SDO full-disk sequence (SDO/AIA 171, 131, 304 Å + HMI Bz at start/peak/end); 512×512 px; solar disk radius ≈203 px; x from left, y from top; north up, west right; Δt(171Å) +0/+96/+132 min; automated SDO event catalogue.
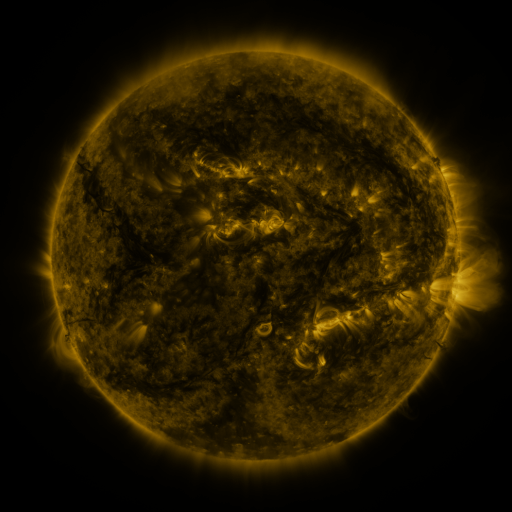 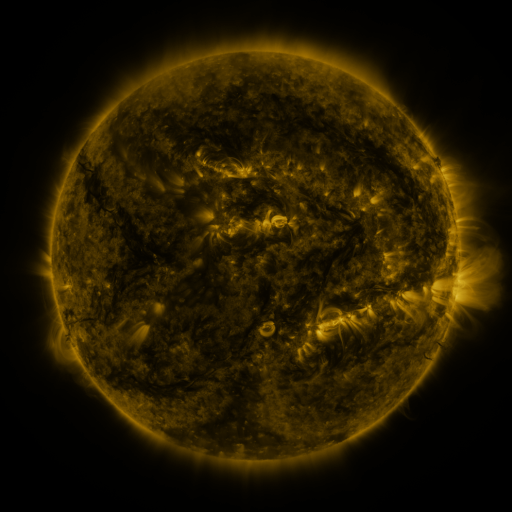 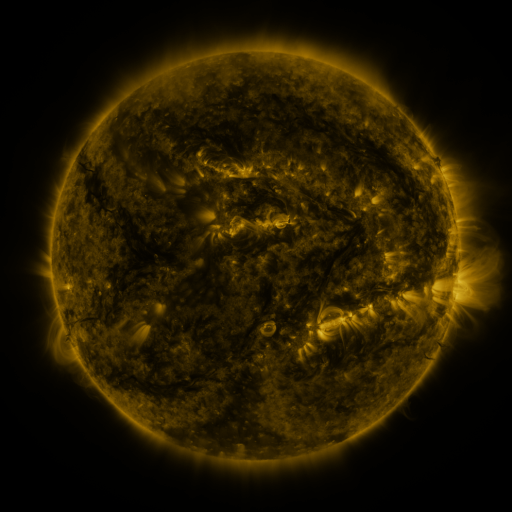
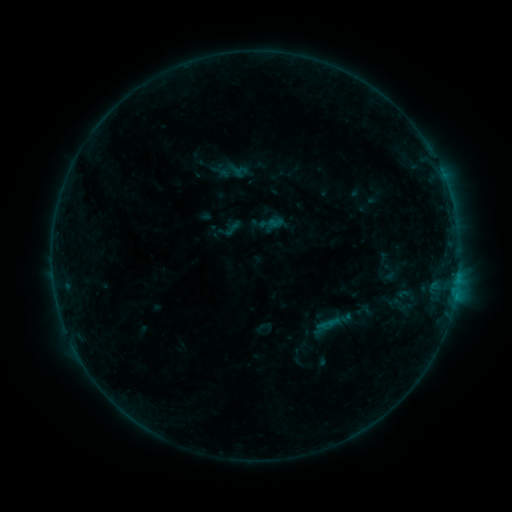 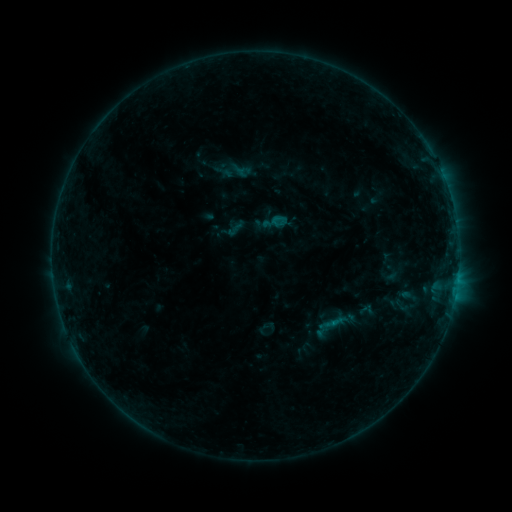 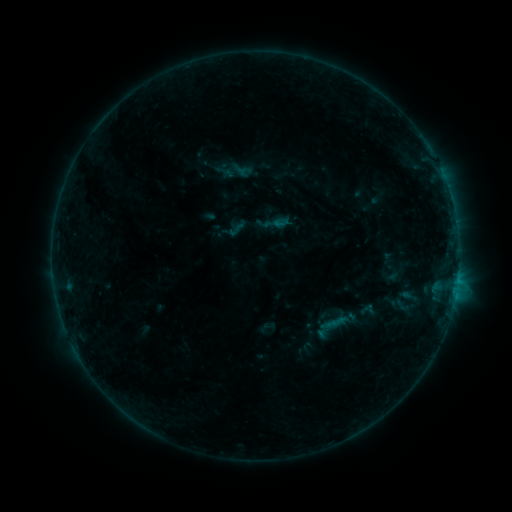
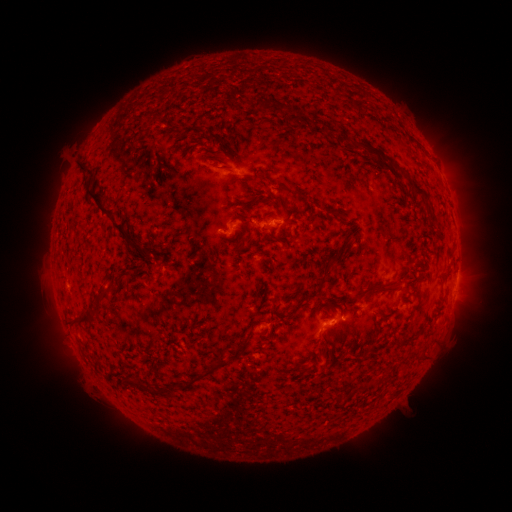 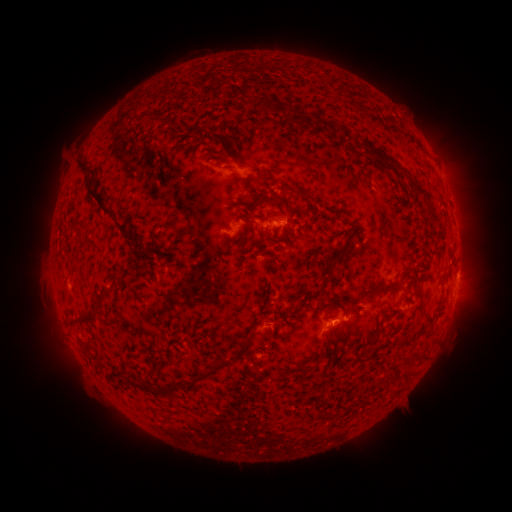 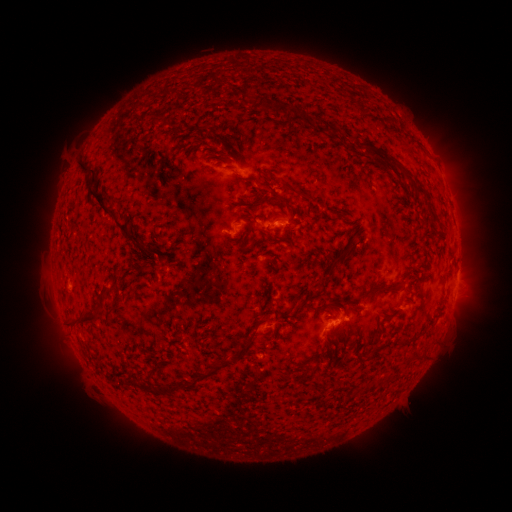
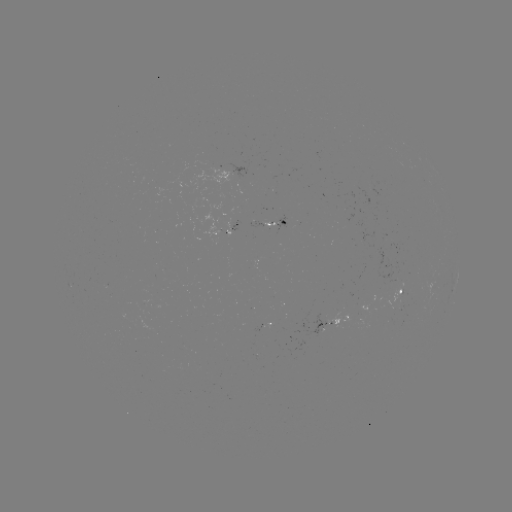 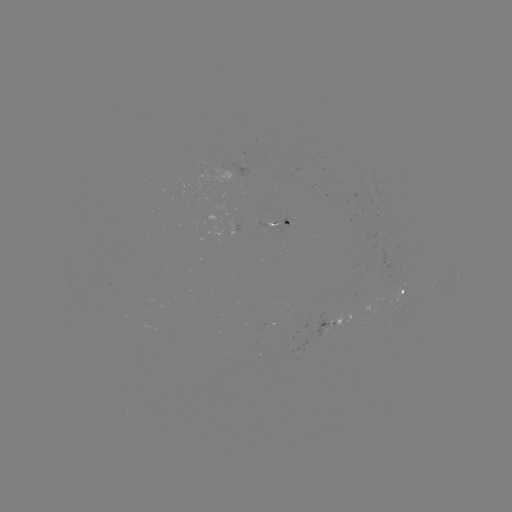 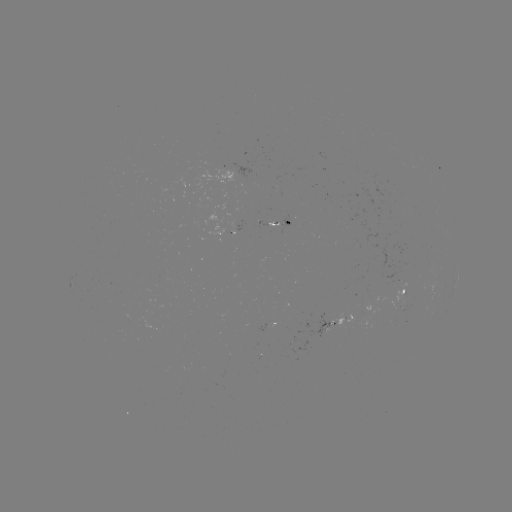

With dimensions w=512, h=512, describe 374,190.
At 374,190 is emerging-flux region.